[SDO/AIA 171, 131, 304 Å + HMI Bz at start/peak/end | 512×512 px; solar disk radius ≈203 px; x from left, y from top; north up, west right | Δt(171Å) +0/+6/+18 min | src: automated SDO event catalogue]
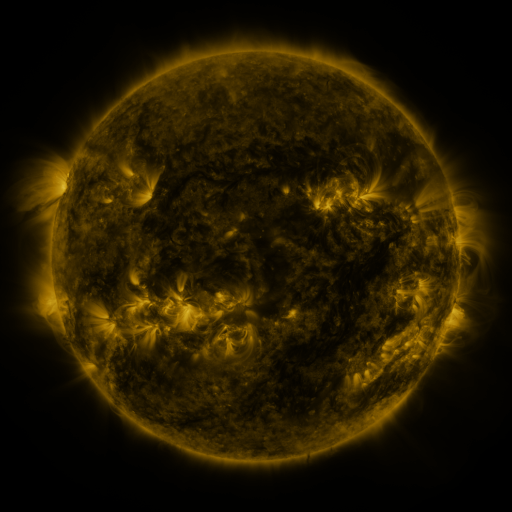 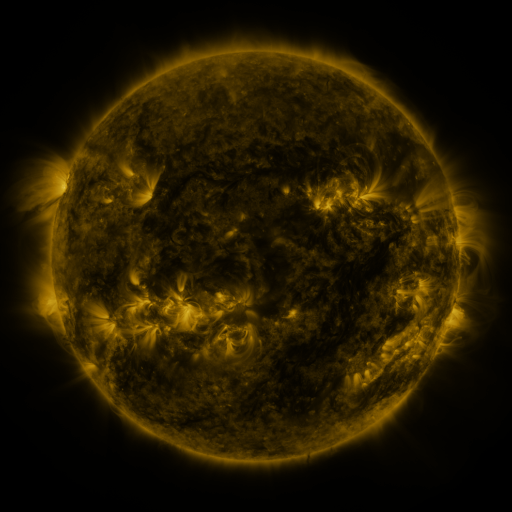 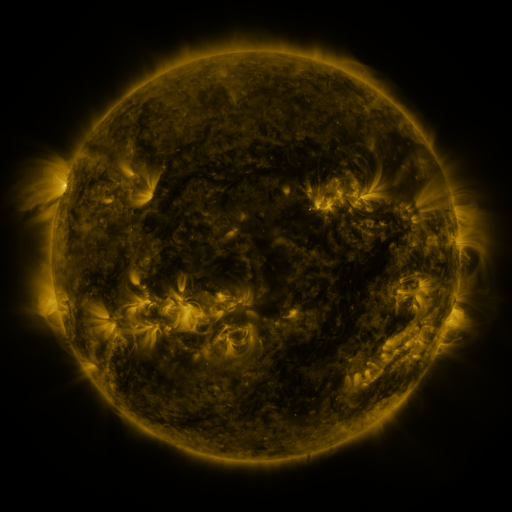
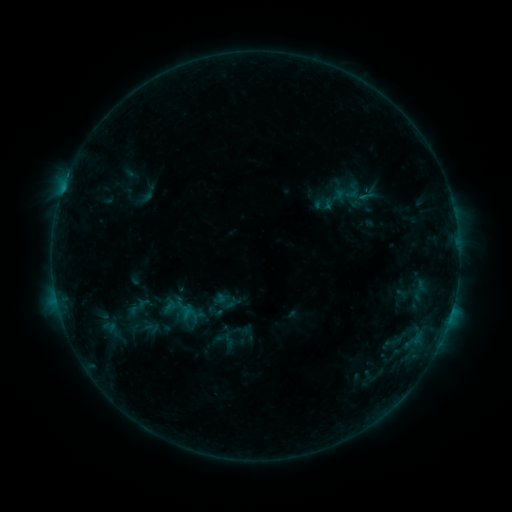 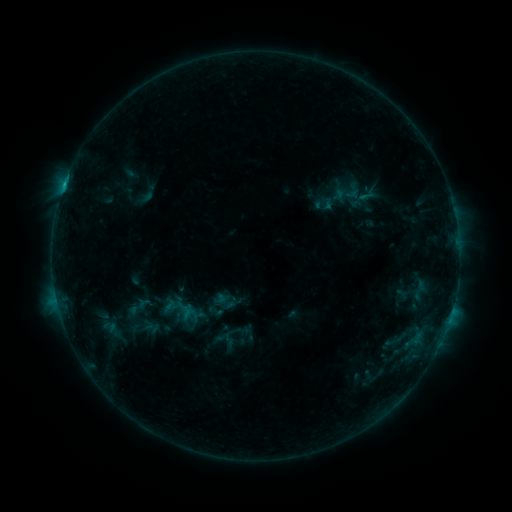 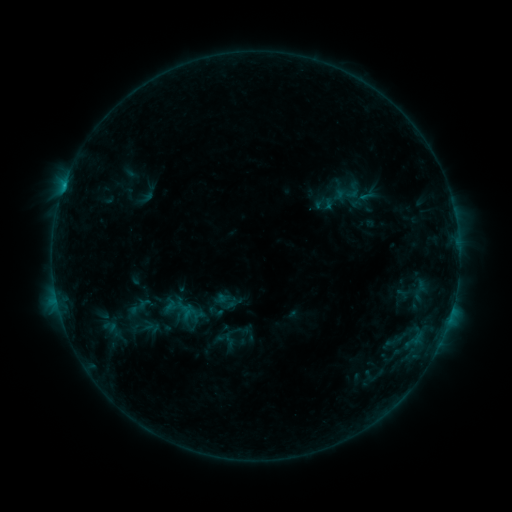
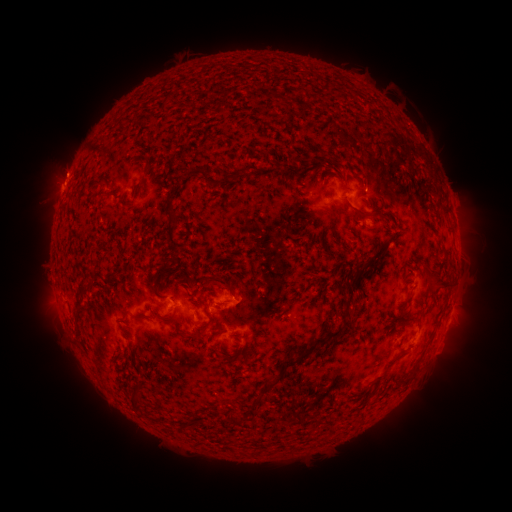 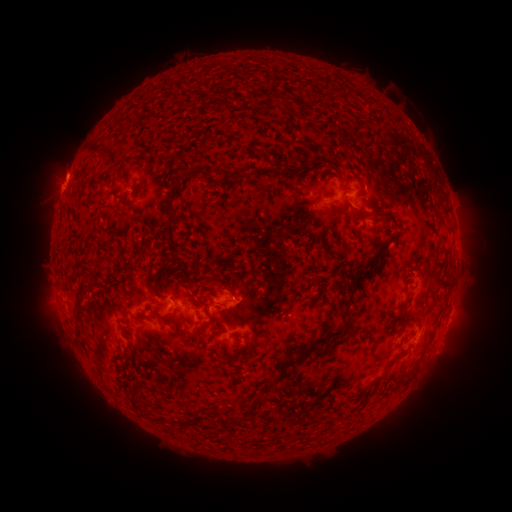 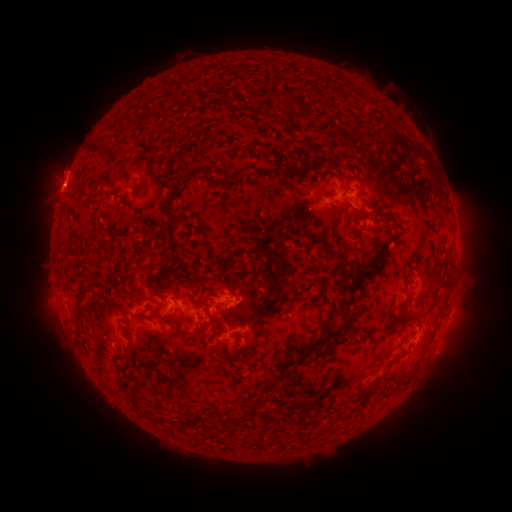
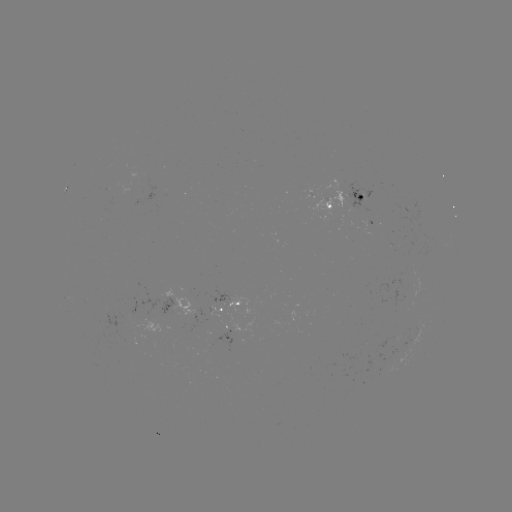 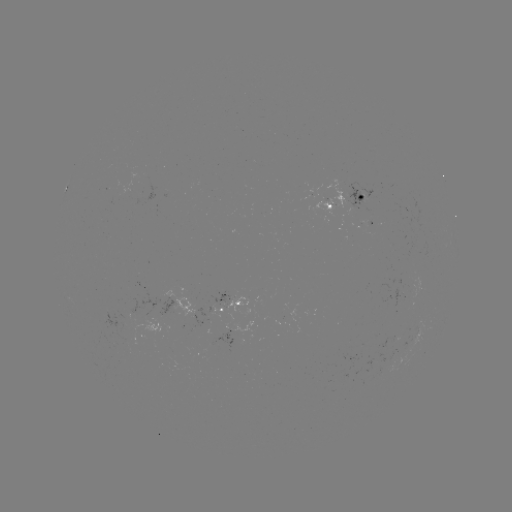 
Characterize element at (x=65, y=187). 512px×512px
B6.3 flare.